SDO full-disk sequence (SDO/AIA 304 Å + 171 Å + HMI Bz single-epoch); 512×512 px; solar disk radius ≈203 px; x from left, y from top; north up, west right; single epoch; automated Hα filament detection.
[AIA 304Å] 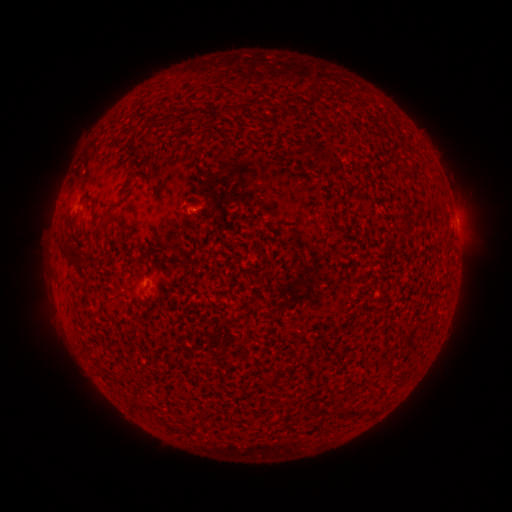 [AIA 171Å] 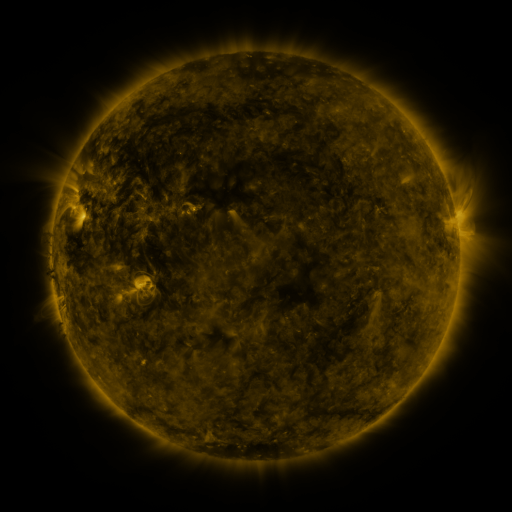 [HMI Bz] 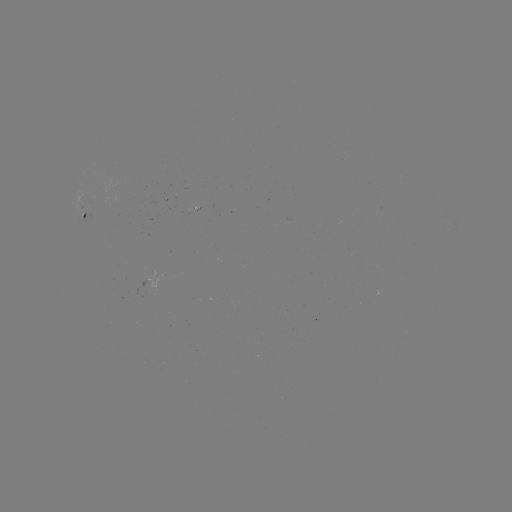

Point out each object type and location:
filament: (238, 106)
filament: (310, 150)
filament: (146, 156)
filament: (93, 206)
filament: (105, 219)
filament: (70, 221)
filament: (364, 413)
filament: (343, 415)
